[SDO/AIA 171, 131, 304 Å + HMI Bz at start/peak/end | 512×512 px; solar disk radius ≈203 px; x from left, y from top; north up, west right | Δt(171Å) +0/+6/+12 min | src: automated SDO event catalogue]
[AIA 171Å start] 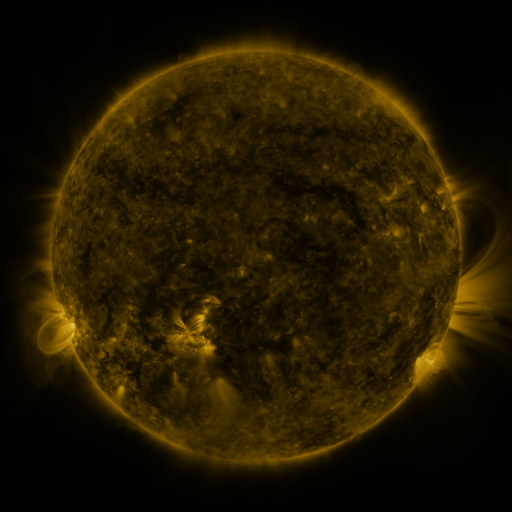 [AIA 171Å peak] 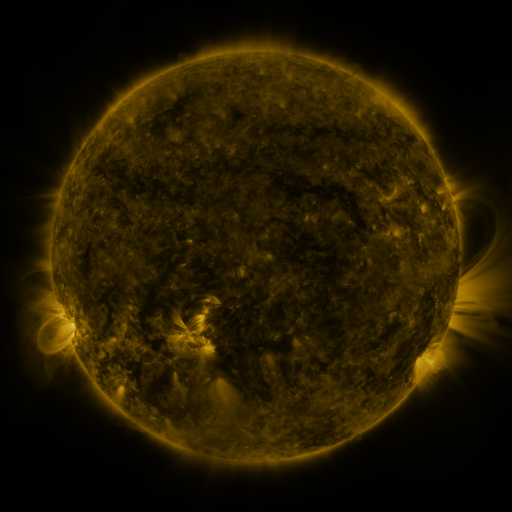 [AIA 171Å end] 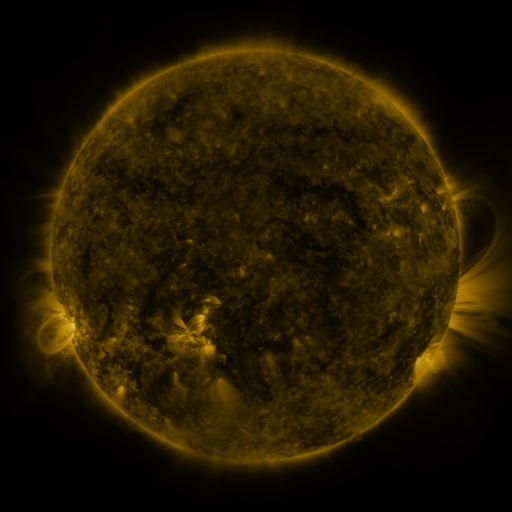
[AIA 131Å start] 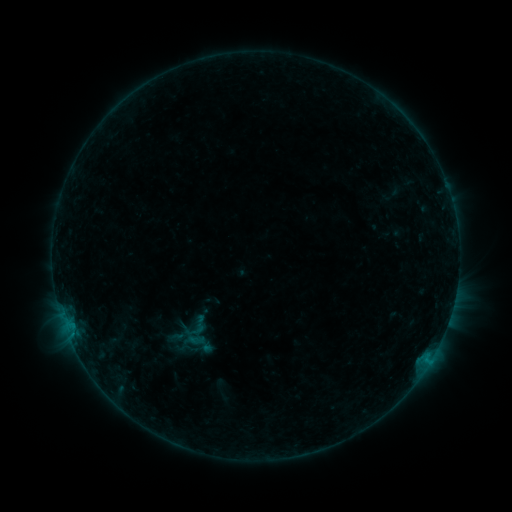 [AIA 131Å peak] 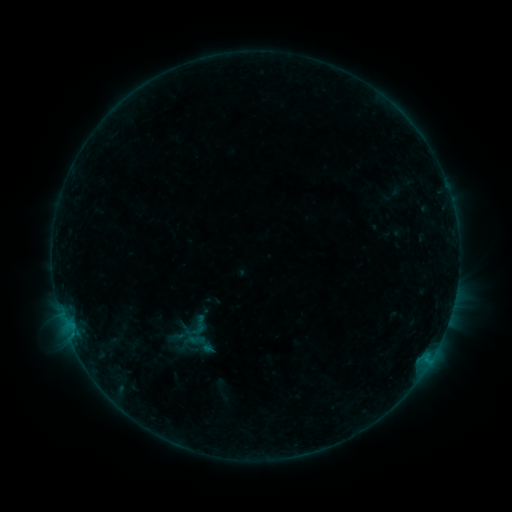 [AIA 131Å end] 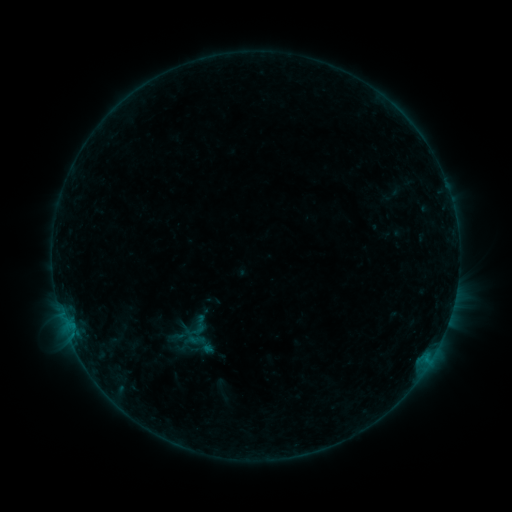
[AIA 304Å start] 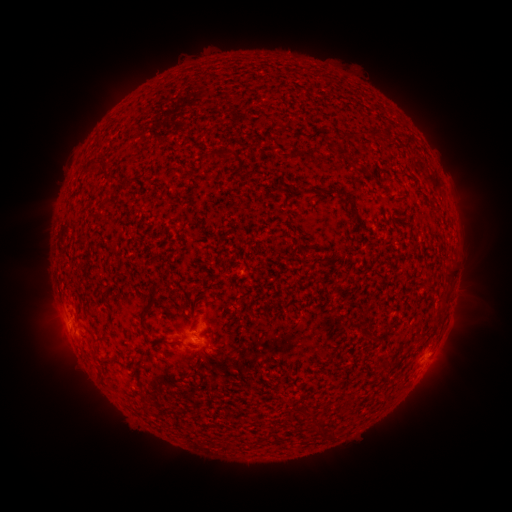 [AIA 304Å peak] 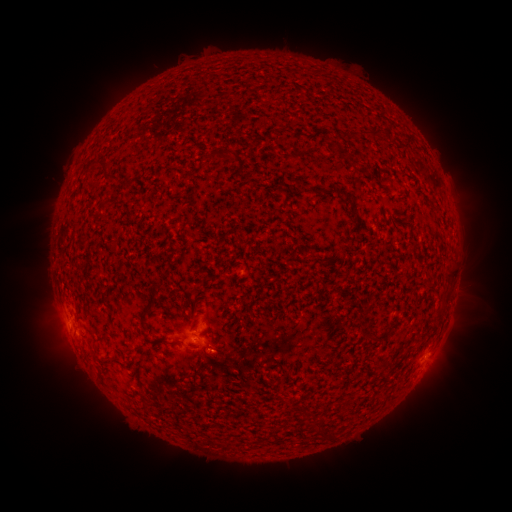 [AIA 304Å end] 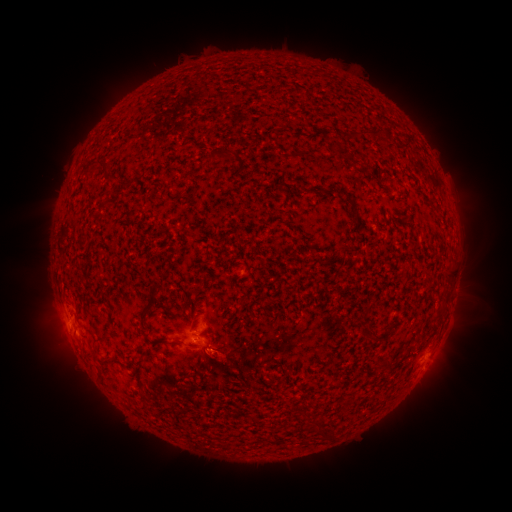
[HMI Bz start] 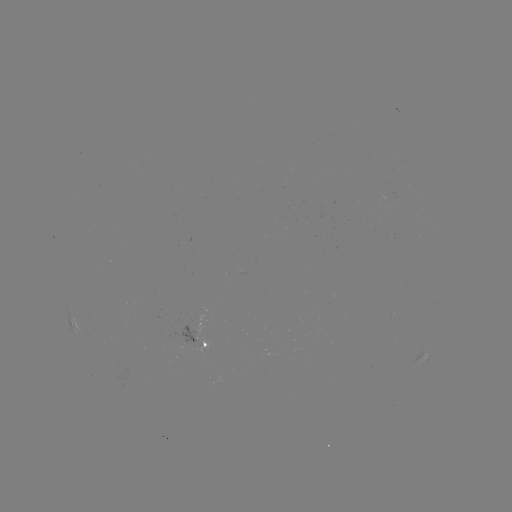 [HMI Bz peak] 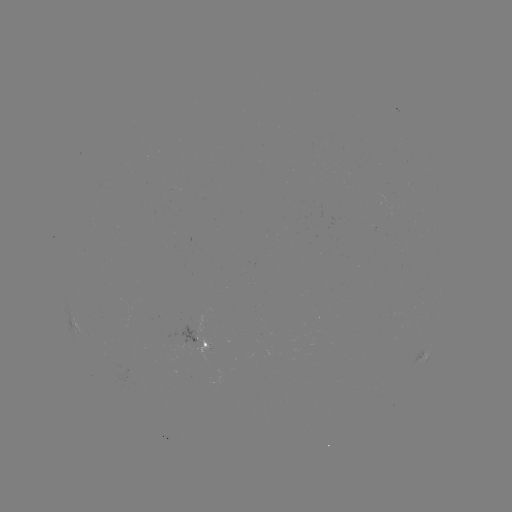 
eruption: (173, 332, 255, 389)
